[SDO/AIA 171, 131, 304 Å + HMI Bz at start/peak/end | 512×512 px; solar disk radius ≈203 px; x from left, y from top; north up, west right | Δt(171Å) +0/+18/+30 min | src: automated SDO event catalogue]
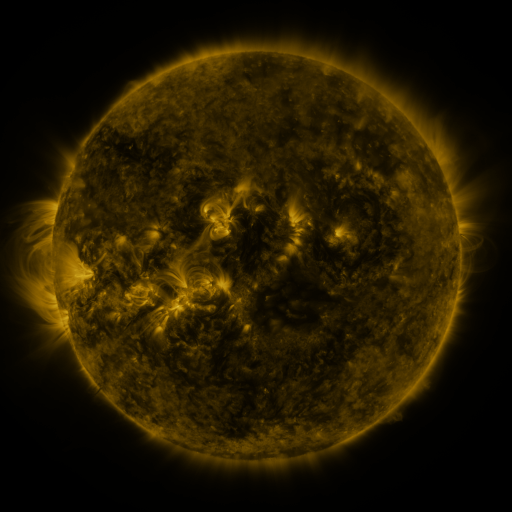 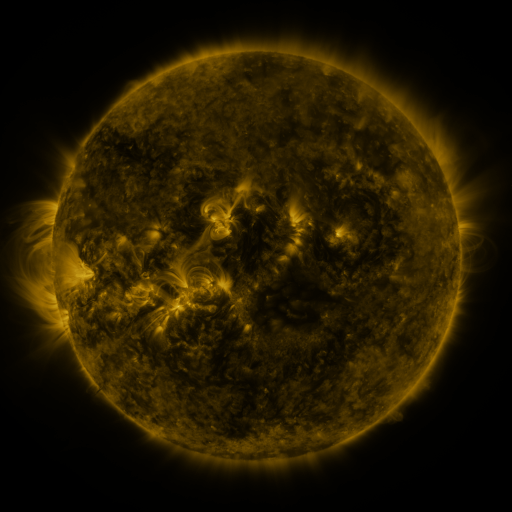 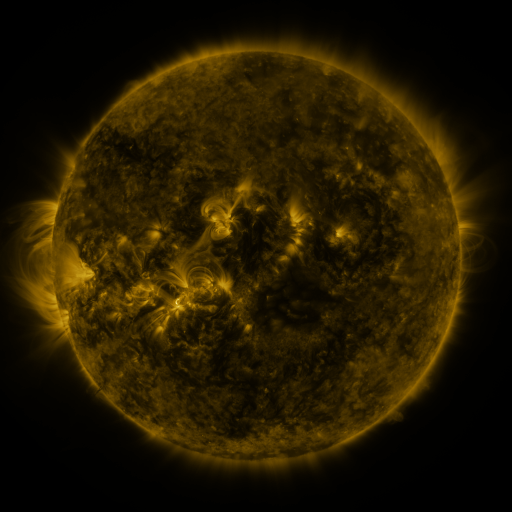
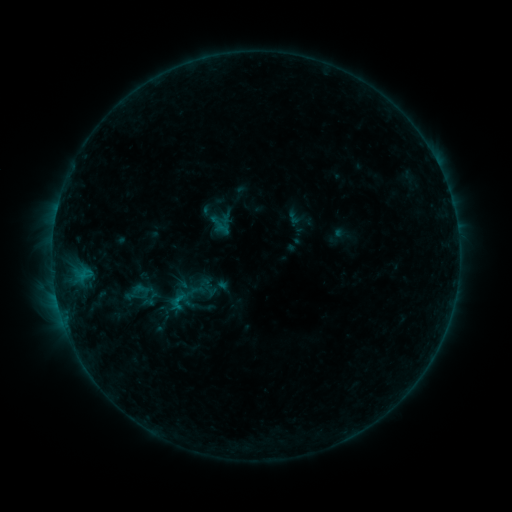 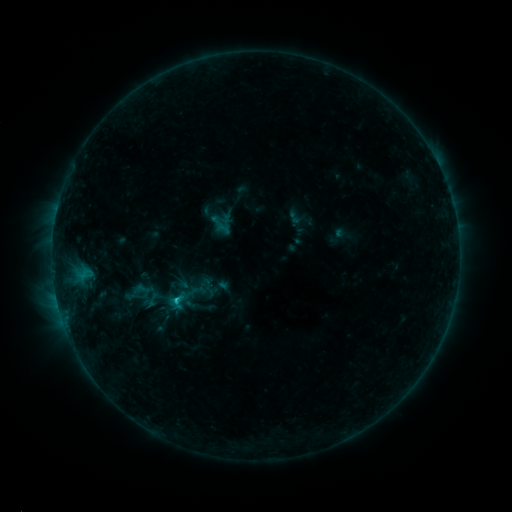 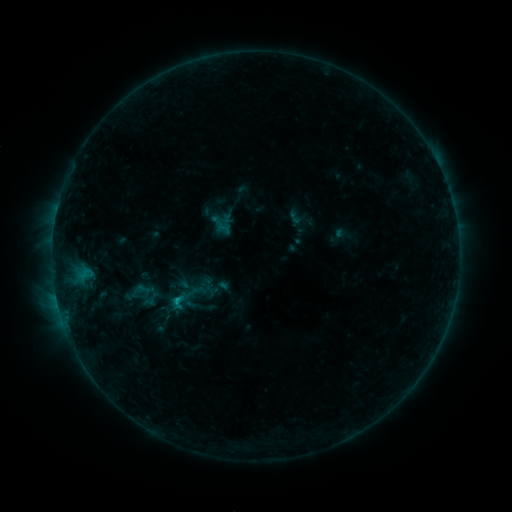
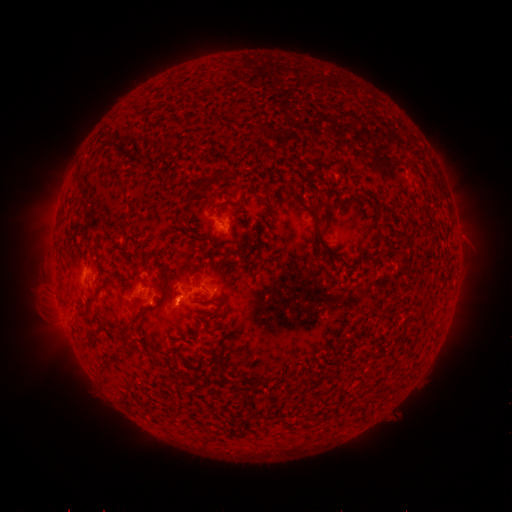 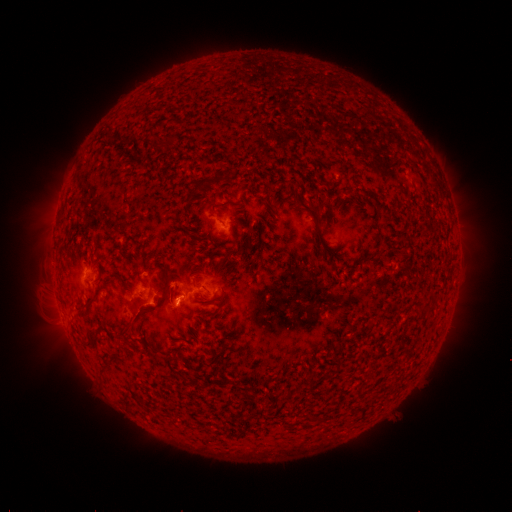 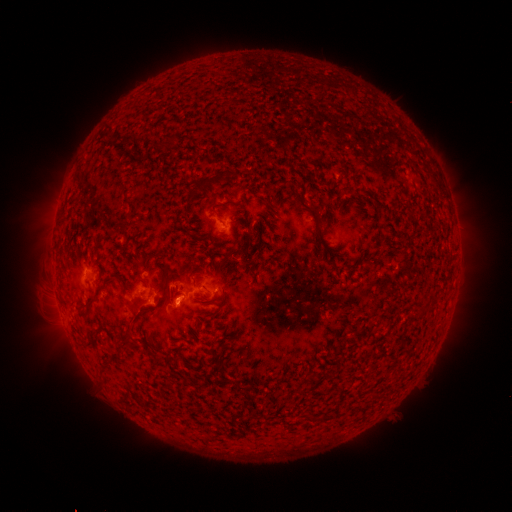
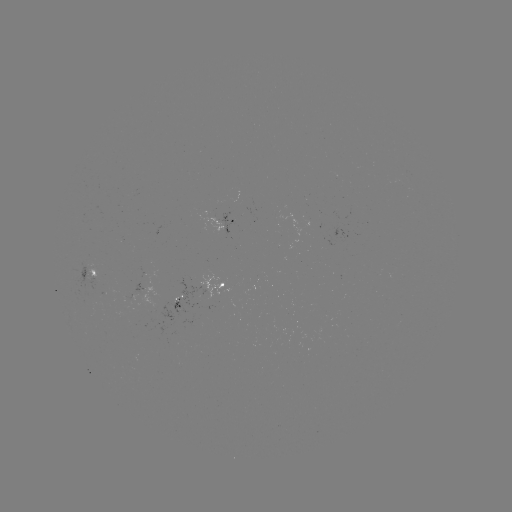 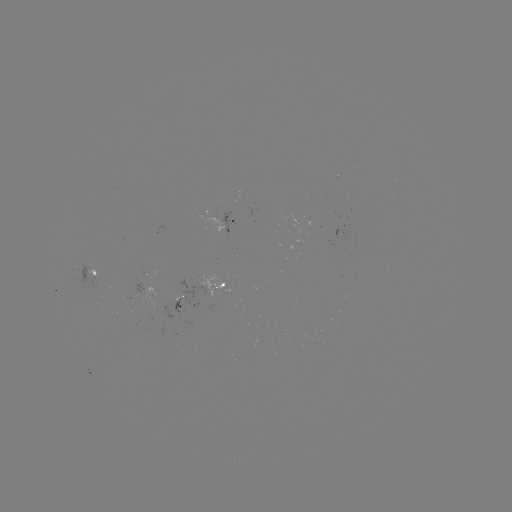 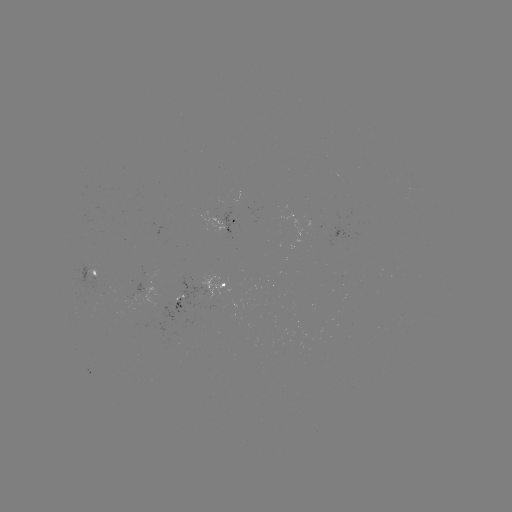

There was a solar flare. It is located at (178, 298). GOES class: C1.0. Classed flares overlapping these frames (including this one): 1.